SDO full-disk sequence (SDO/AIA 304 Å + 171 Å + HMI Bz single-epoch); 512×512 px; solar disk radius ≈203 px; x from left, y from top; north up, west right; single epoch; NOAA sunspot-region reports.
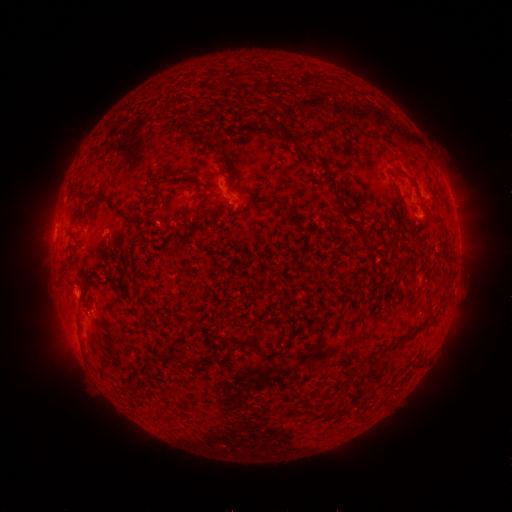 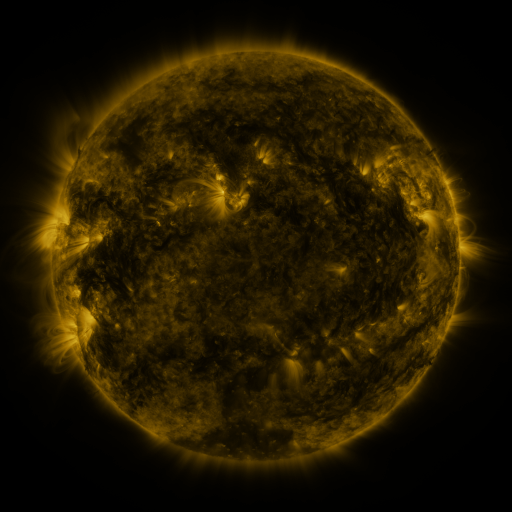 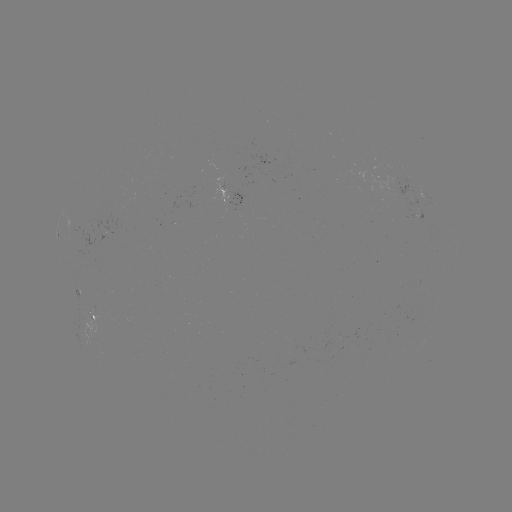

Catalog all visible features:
spotted active region: (231, 190)
spotted active region: (450, 197)
spotted active region: (458, 246)
spotted active region: (103, 315)
